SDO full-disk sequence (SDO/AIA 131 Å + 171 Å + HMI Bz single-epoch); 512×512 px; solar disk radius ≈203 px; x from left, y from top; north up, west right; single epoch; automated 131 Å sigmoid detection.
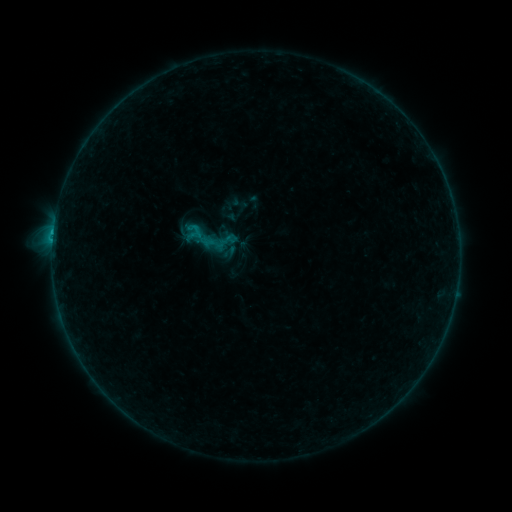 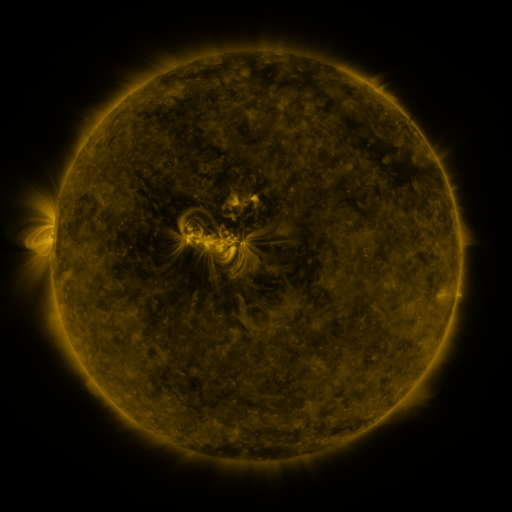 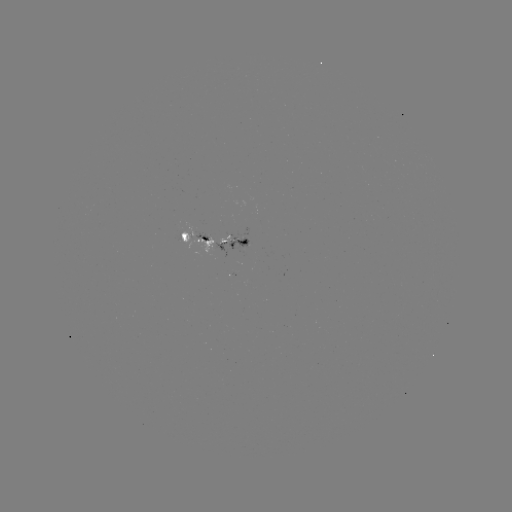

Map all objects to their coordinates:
sigmoid: <bbox>182, 213, 226, 259</bbox>
